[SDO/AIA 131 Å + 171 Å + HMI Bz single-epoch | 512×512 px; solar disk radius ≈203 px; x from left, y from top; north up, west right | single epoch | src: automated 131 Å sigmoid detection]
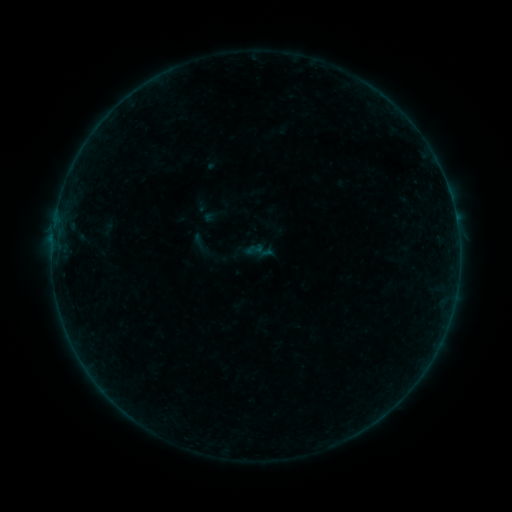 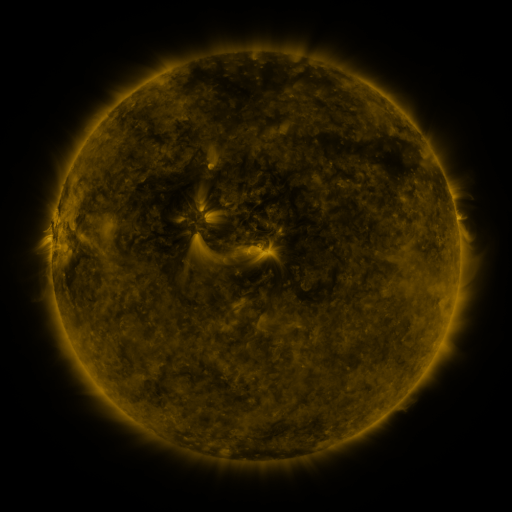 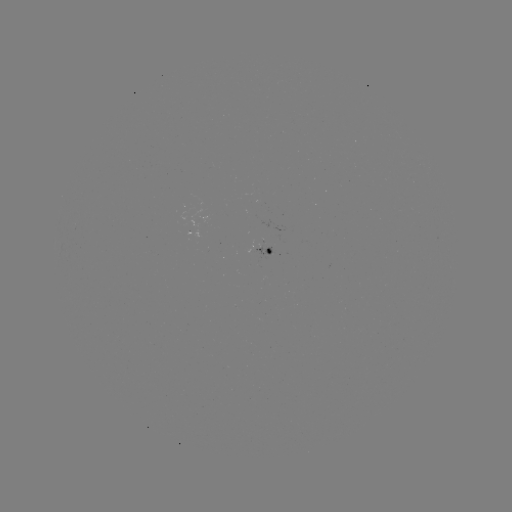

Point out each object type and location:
sigmoid: [238, 215, 258, 235]
